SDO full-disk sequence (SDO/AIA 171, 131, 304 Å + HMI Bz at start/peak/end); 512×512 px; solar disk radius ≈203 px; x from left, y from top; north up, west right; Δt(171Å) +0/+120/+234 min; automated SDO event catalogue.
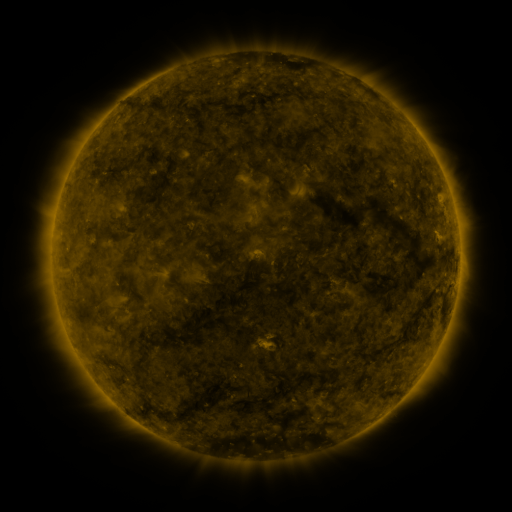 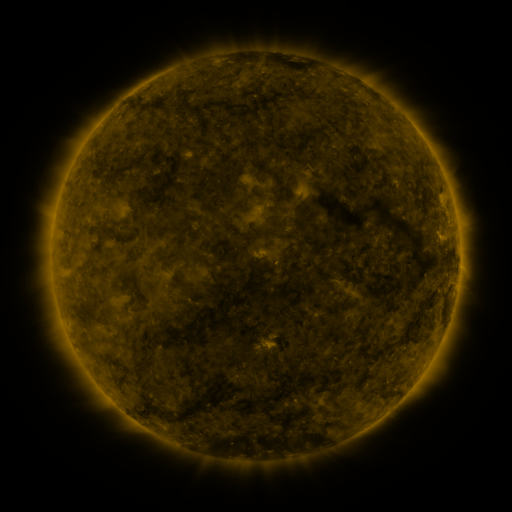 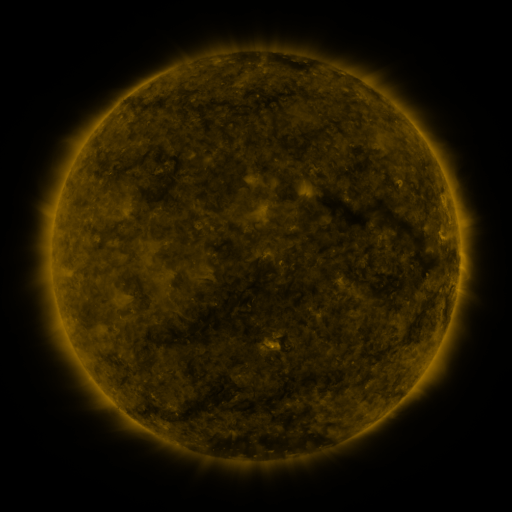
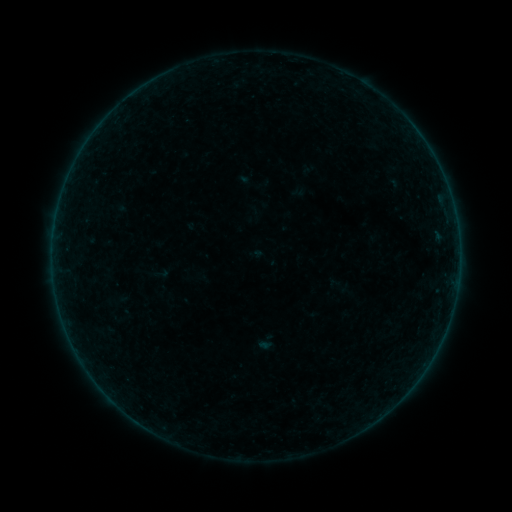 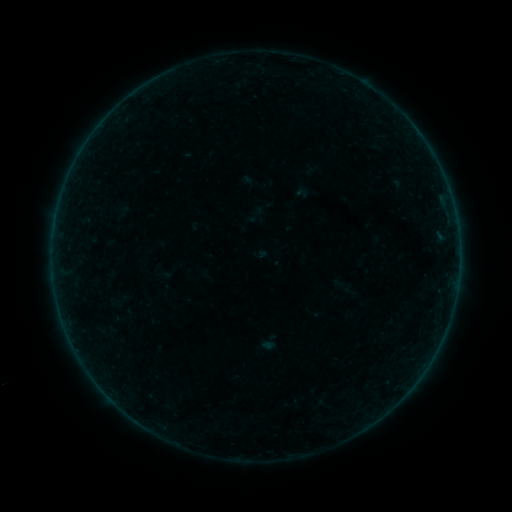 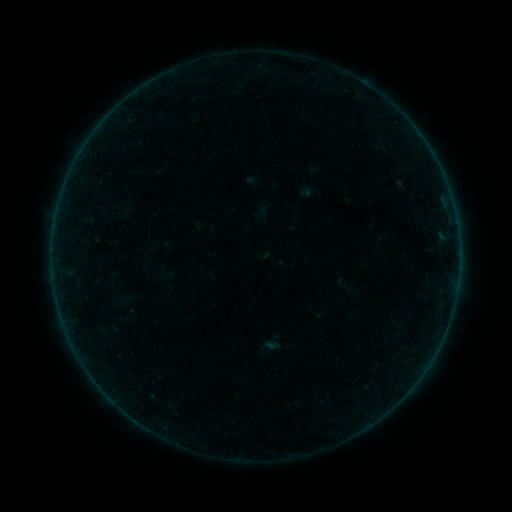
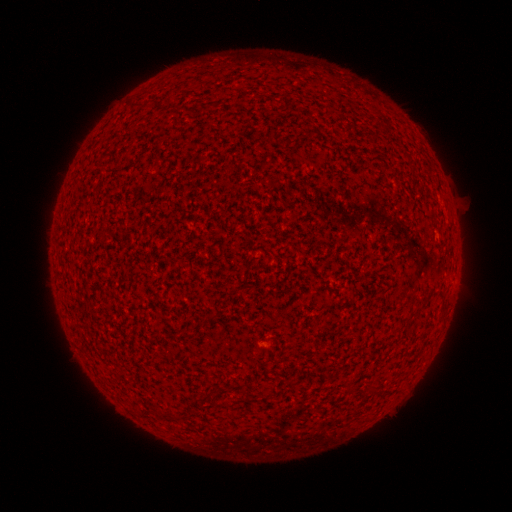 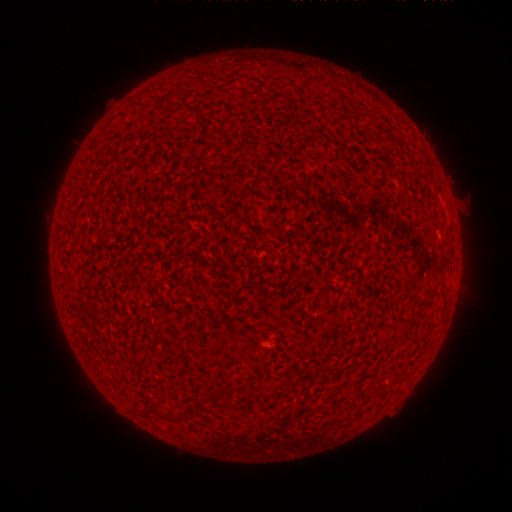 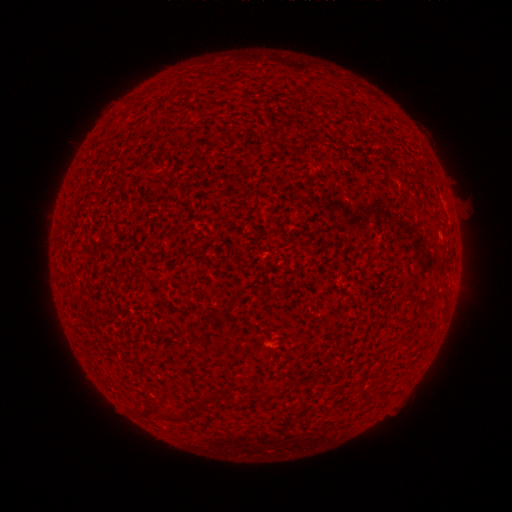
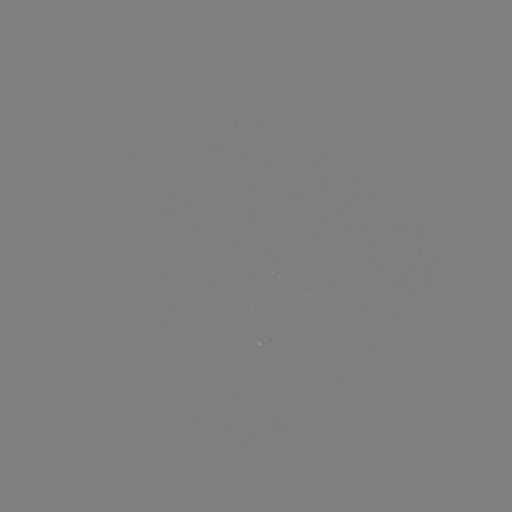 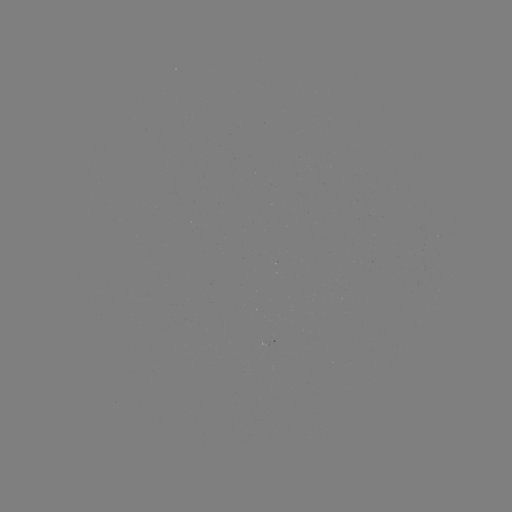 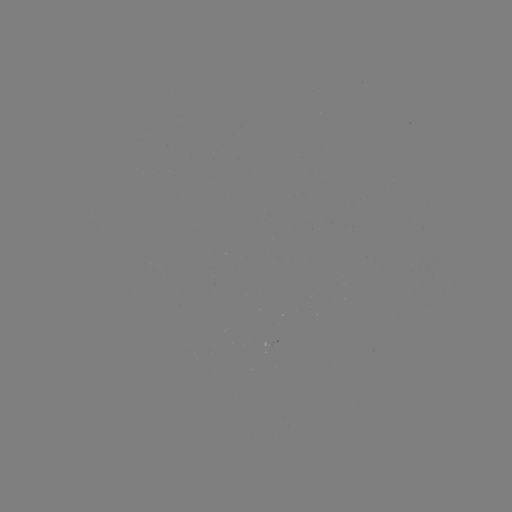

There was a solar flare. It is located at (161, 427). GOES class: A2.0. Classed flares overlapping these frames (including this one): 1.